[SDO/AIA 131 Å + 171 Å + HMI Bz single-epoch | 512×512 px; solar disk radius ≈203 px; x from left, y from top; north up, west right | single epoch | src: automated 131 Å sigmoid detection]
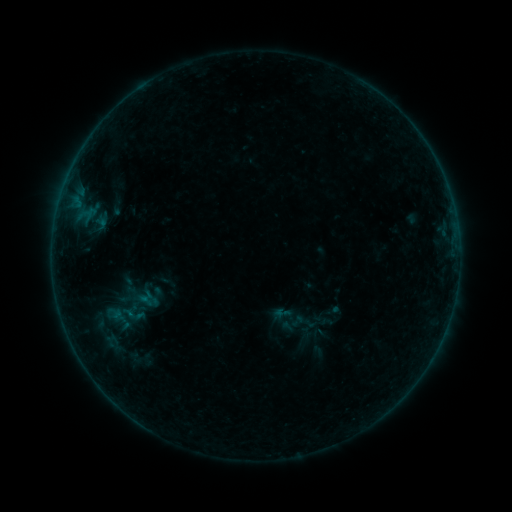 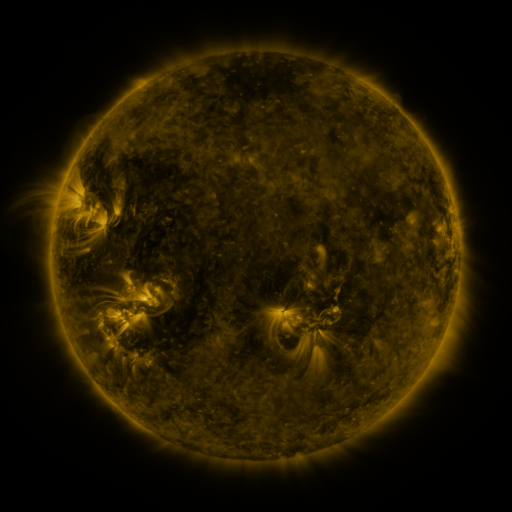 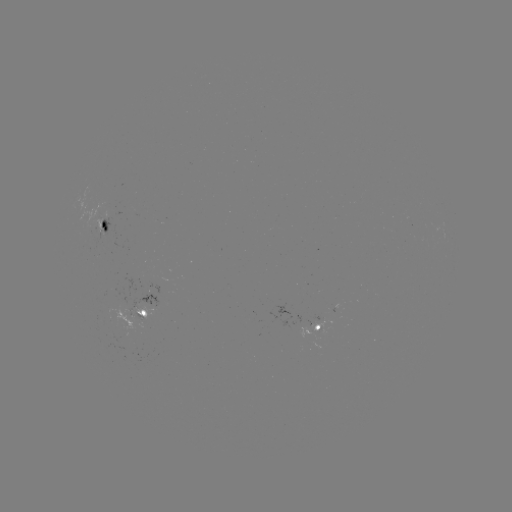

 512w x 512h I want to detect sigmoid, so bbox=[270, 302, 296, 327].